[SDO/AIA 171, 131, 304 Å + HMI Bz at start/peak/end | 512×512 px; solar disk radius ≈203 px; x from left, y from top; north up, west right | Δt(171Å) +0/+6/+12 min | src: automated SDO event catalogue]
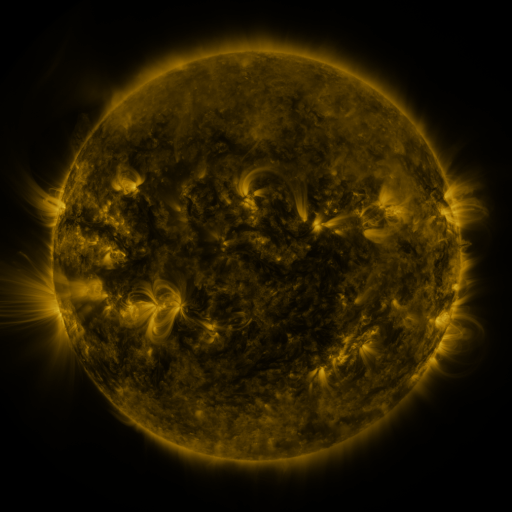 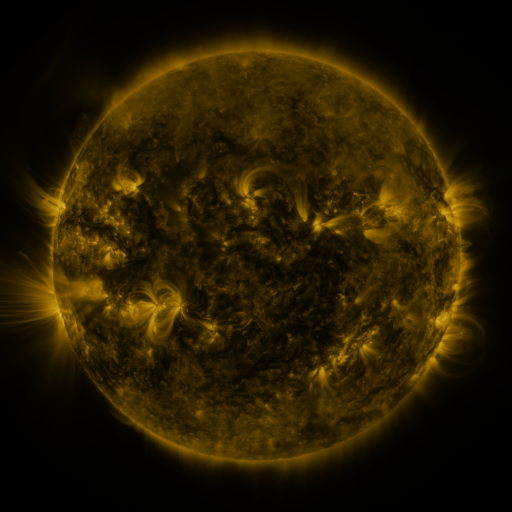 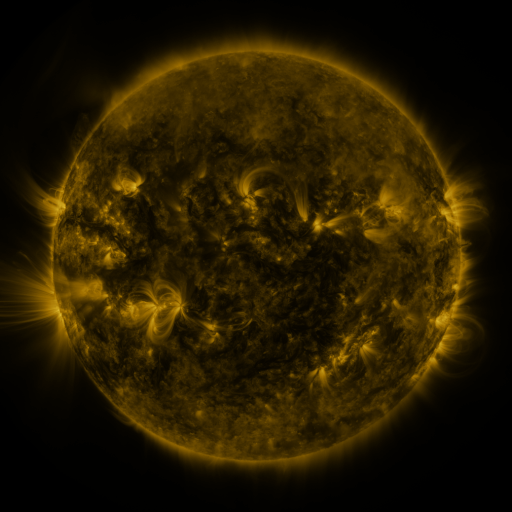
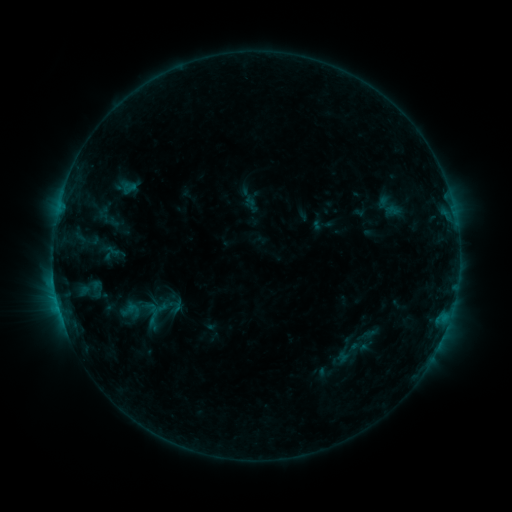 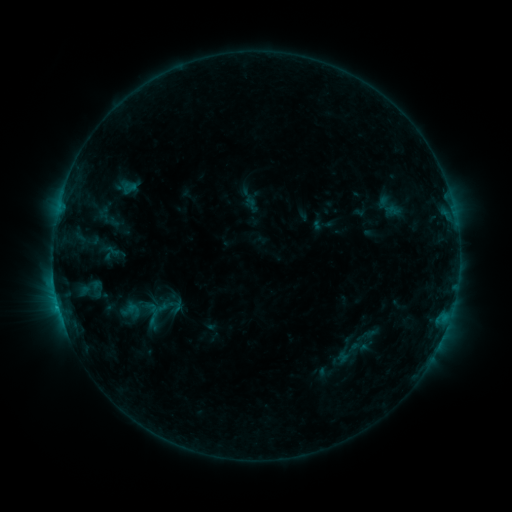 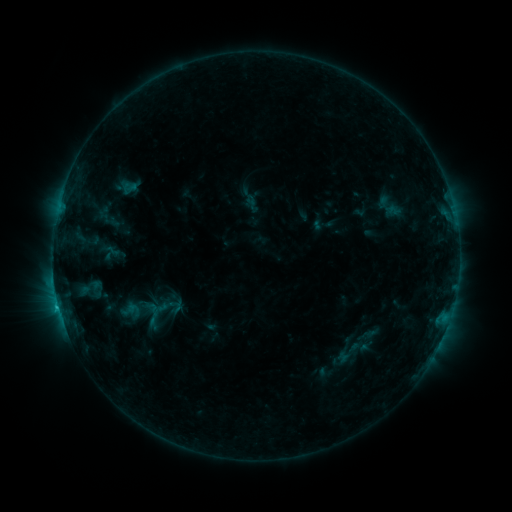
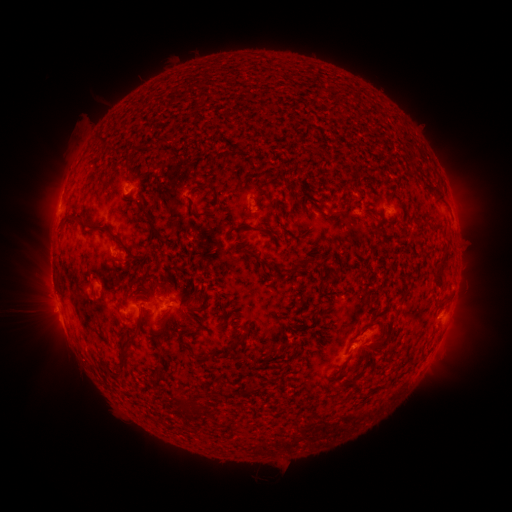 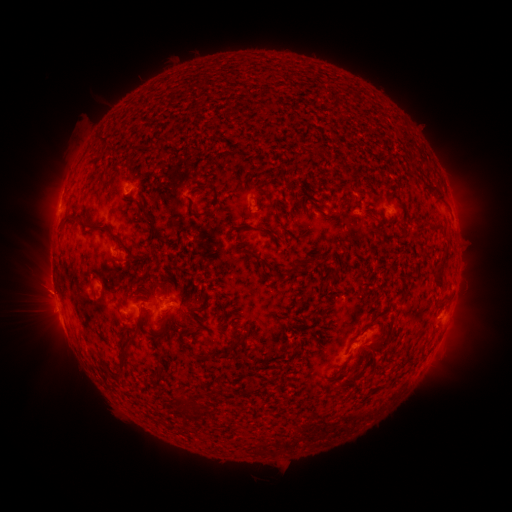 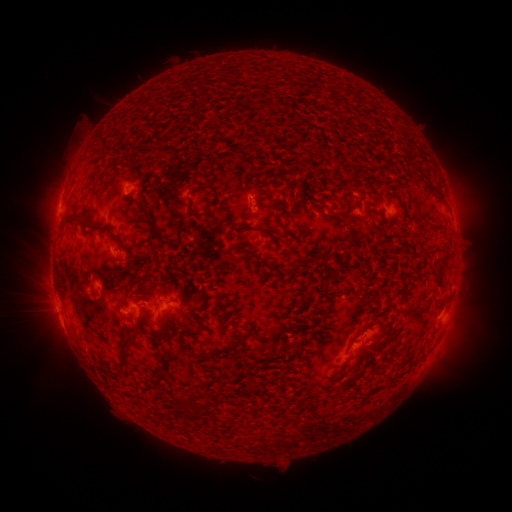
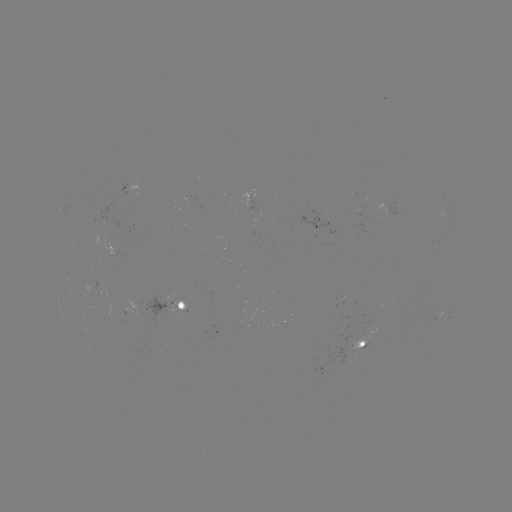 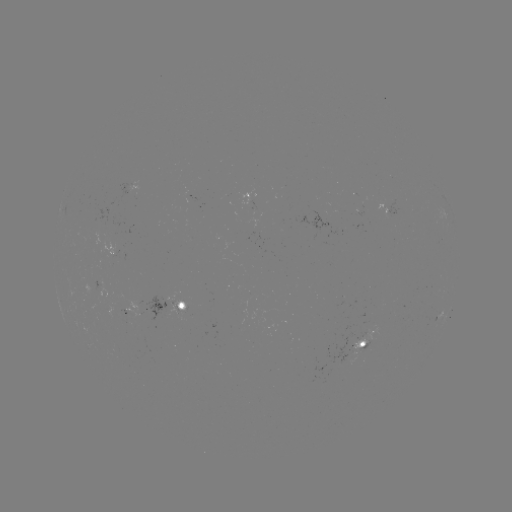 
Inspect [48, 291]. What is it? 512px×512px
eruption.